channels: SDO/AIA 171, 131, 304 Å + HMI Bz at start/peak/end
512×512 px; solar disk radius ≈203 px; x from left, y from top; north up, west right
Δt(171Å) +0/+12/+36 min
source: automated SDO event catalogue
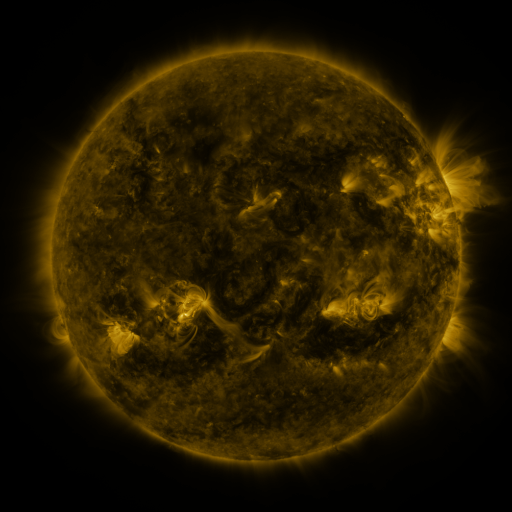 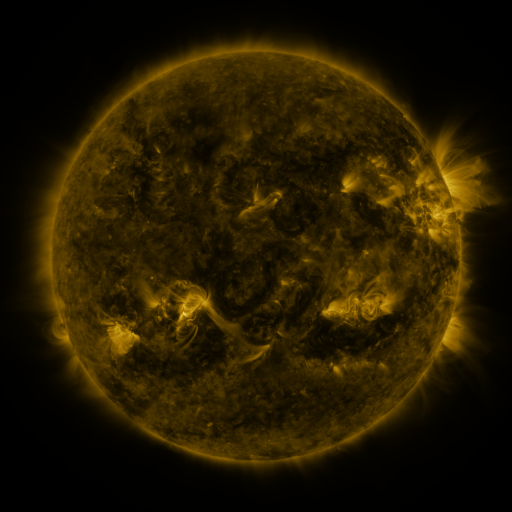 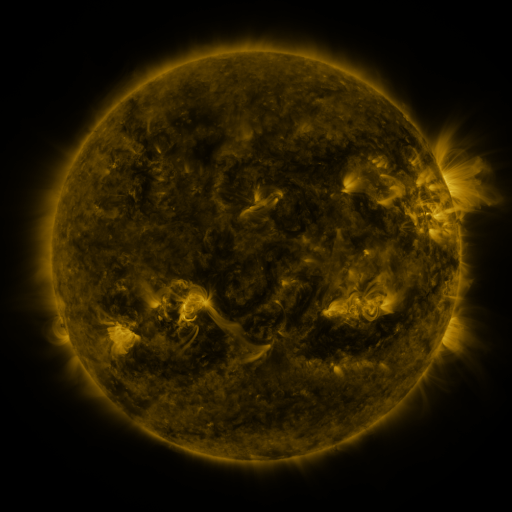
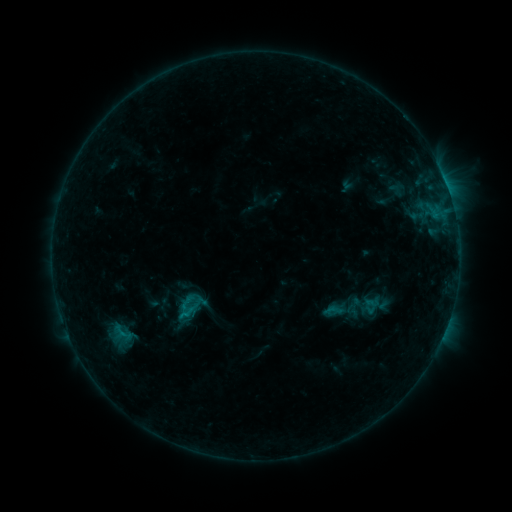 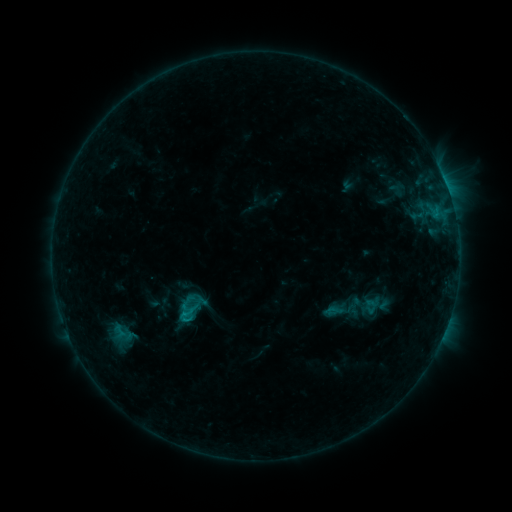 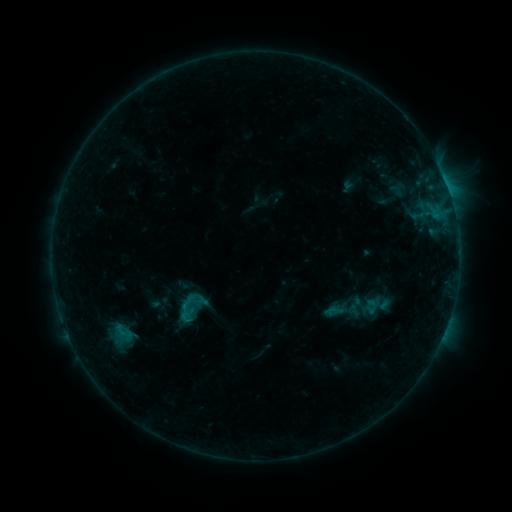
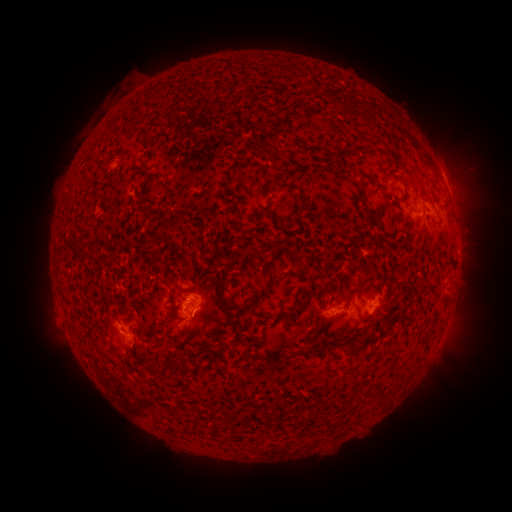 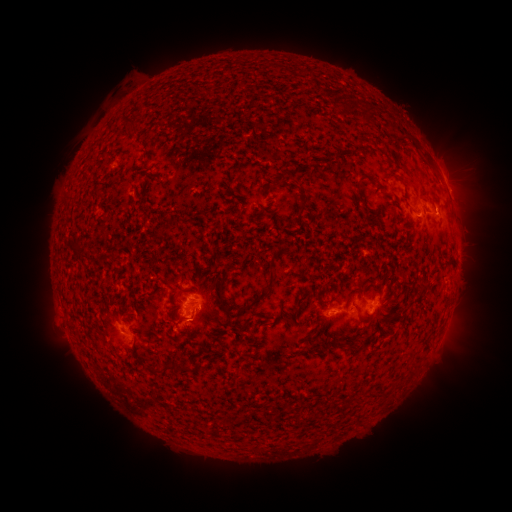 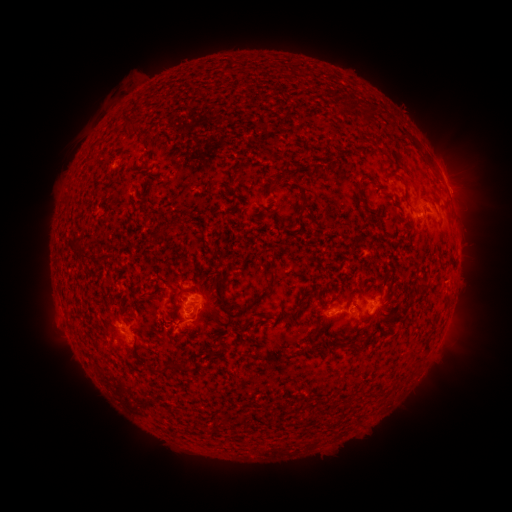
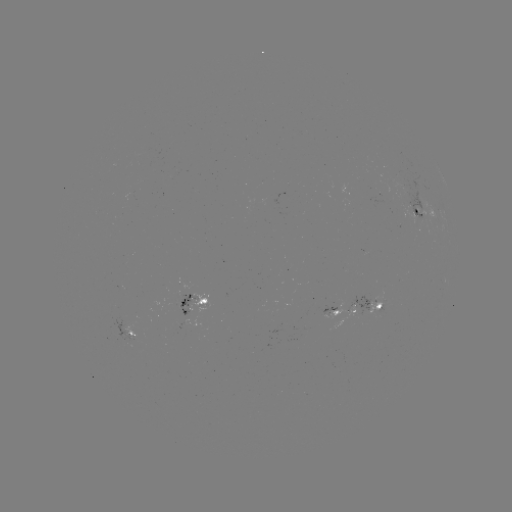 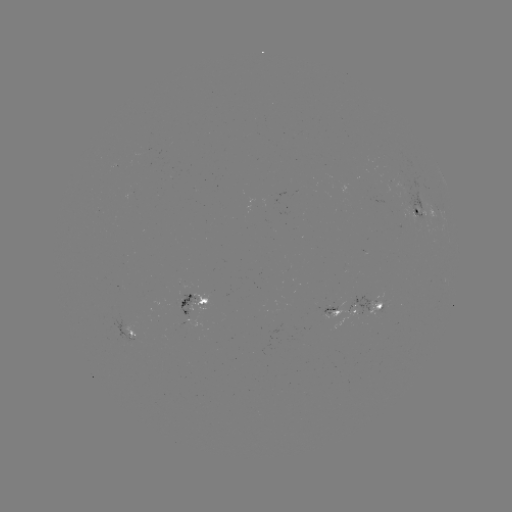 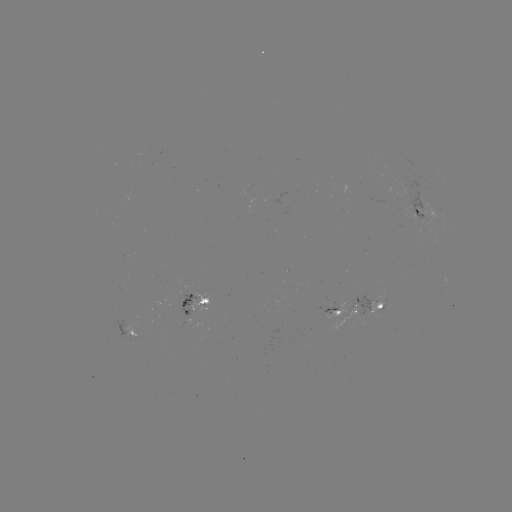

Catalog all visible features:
B6.0 flare: (185, 318)
